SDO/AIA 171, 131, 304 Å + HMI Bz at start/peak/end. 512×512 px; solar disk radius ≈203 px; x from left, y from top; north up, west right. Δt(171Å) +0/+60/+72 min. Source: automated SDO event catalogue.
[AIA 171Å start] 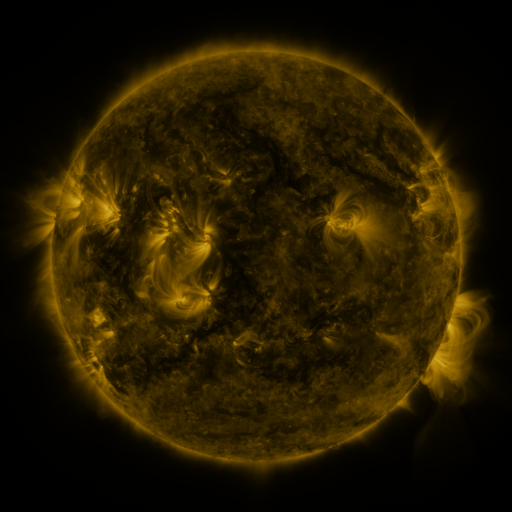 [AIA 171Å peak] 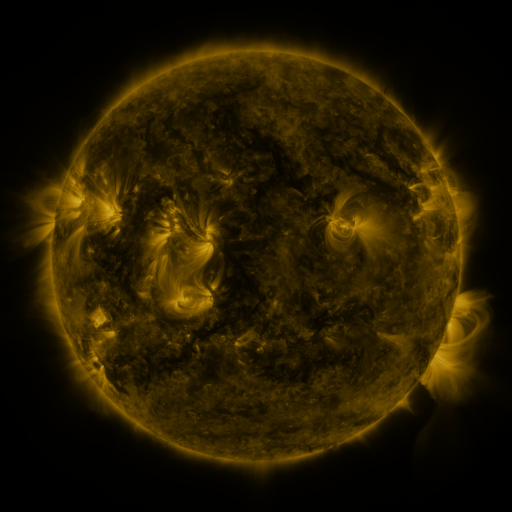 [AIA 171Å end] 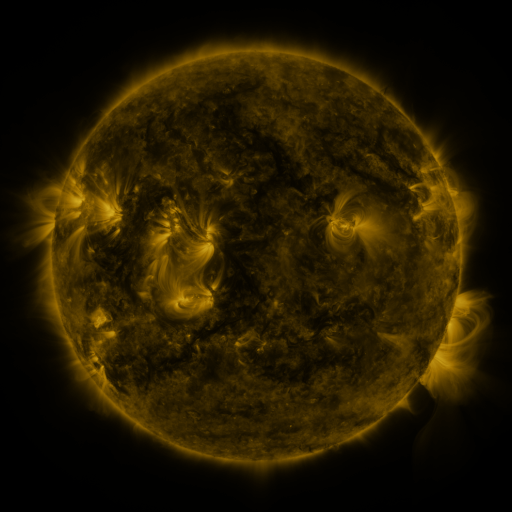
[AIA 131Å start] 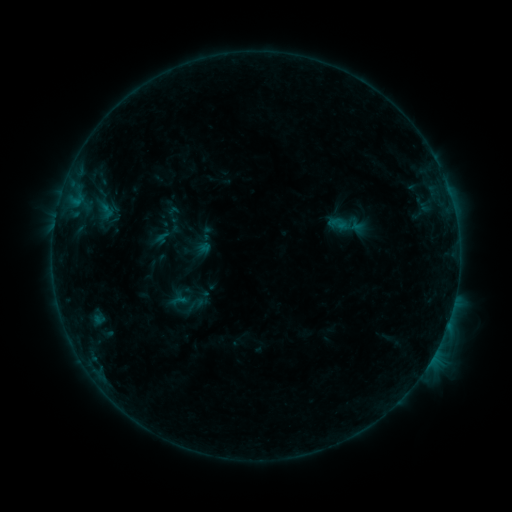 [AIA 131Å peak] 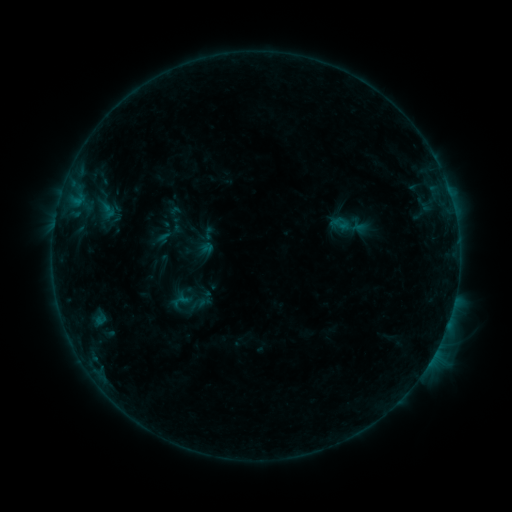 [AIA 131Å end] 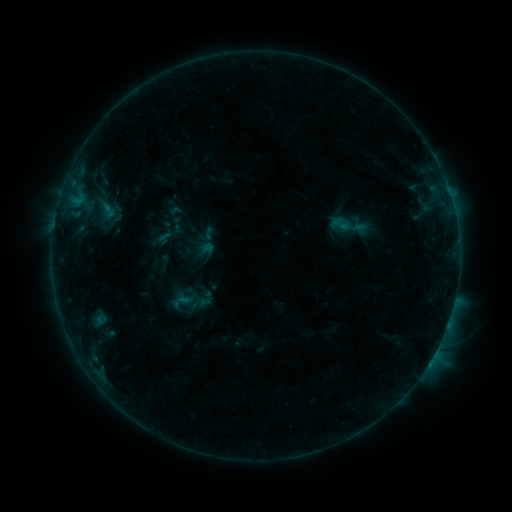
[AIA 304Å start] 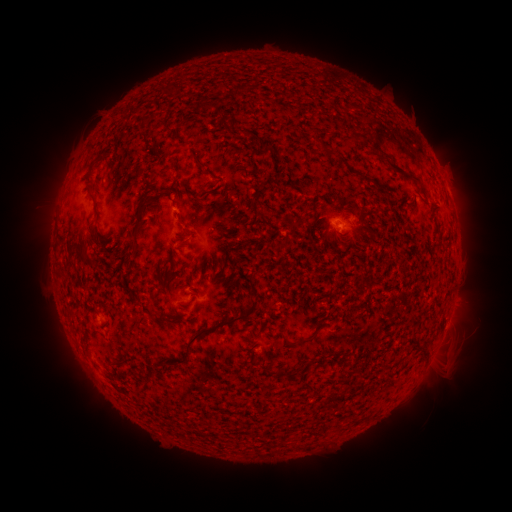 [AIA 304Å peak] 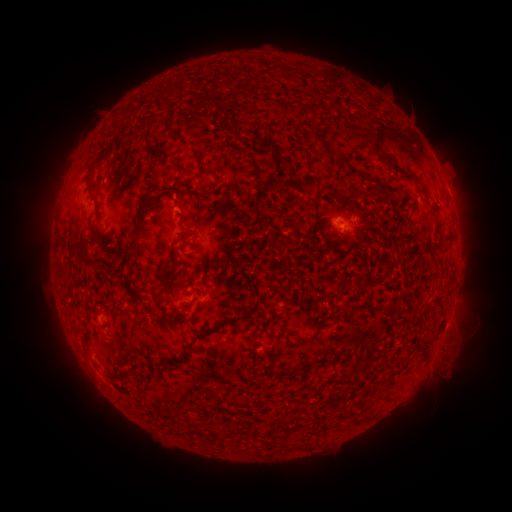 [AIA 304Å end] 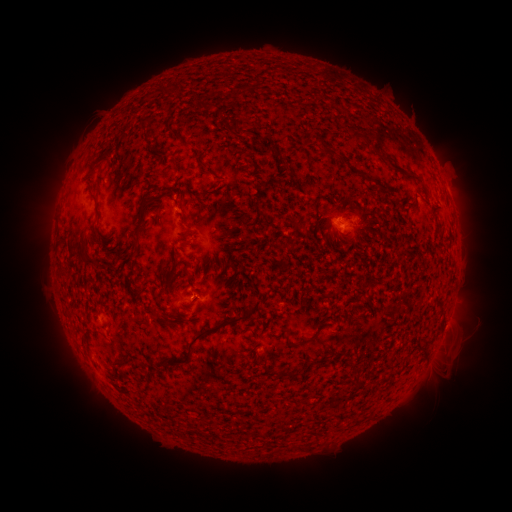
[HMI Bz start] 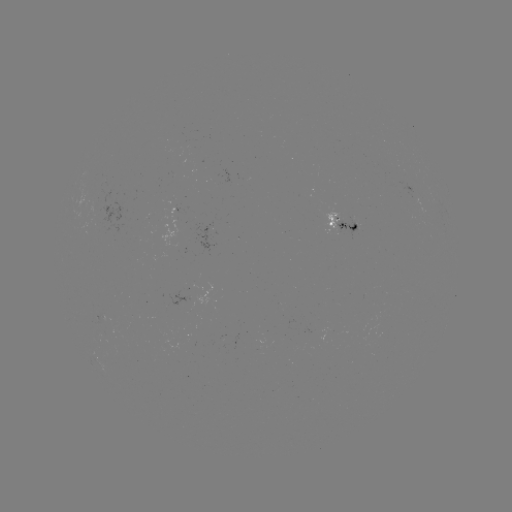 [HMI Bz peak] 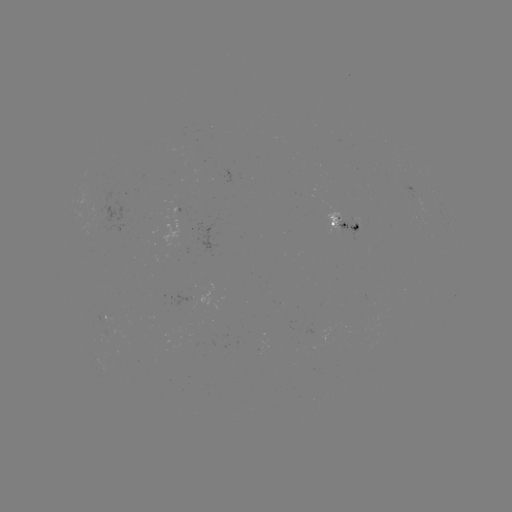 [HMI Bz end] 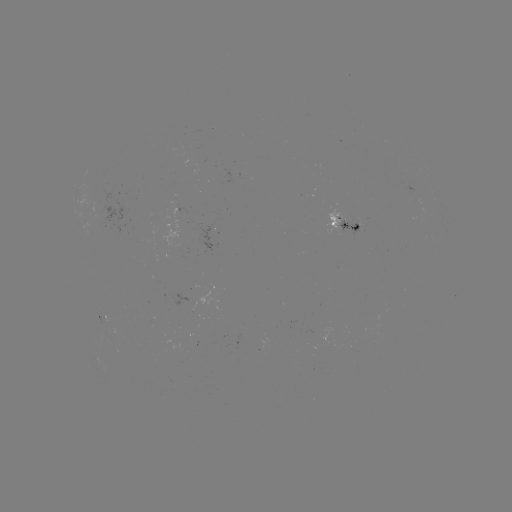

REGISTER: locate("emerging-flux region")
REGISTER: [355, 224]